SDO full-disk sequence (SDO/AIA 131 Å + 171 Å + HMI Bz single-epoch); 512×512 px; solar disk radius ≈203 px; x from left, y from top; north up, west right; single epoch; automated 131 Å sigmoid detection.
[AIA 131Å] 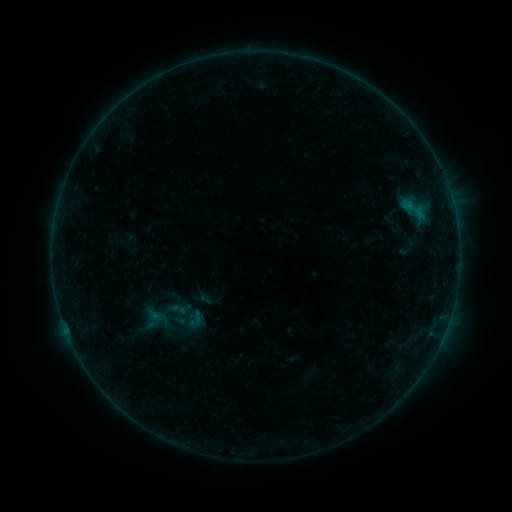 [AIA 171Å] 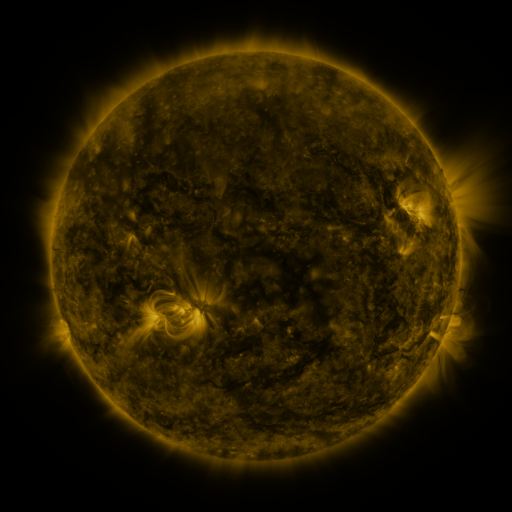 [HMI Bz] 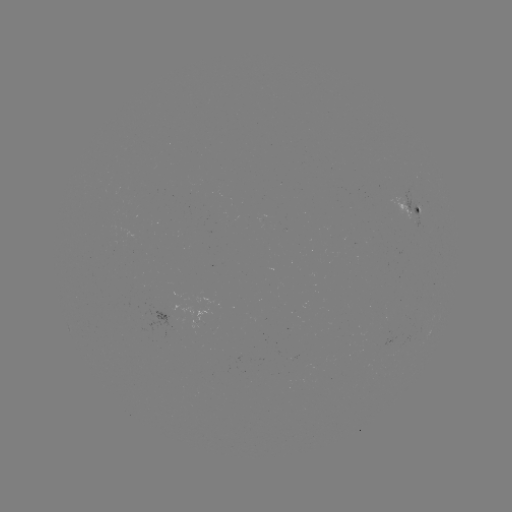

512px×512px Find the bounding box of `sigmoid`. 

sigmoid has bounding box [155, 295, 188, 327].